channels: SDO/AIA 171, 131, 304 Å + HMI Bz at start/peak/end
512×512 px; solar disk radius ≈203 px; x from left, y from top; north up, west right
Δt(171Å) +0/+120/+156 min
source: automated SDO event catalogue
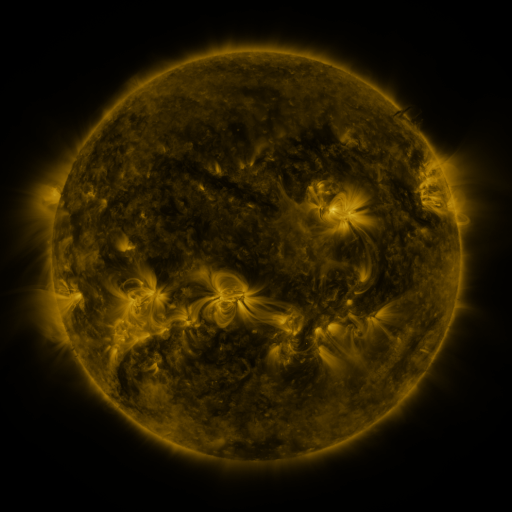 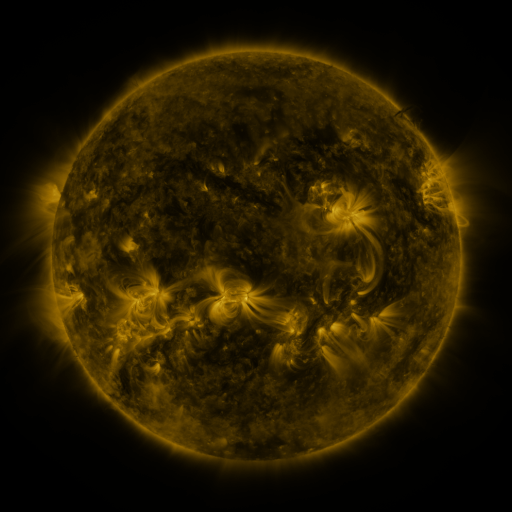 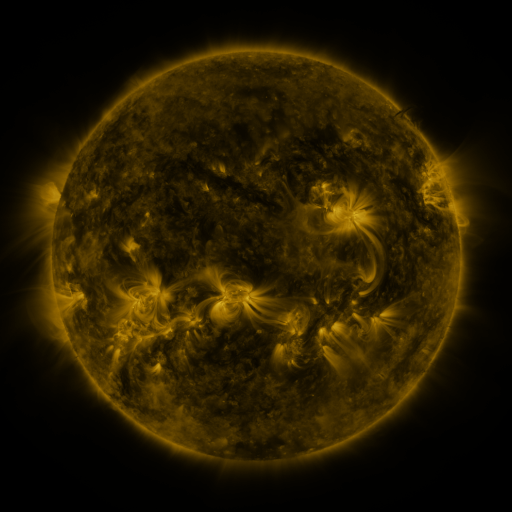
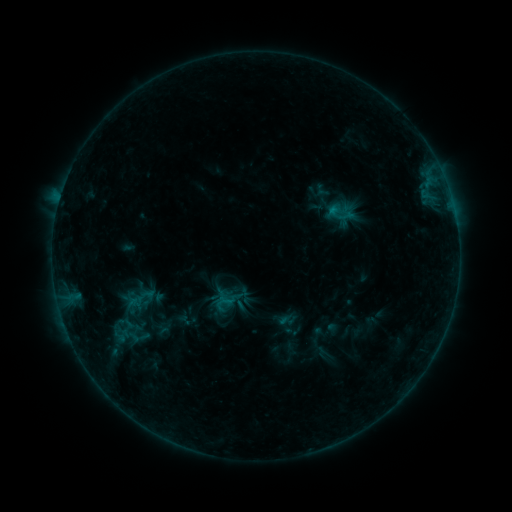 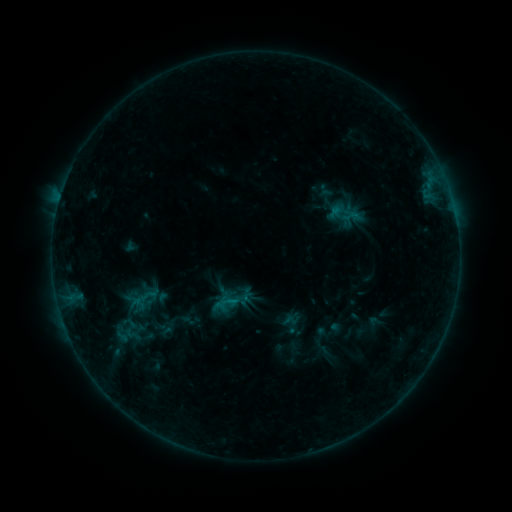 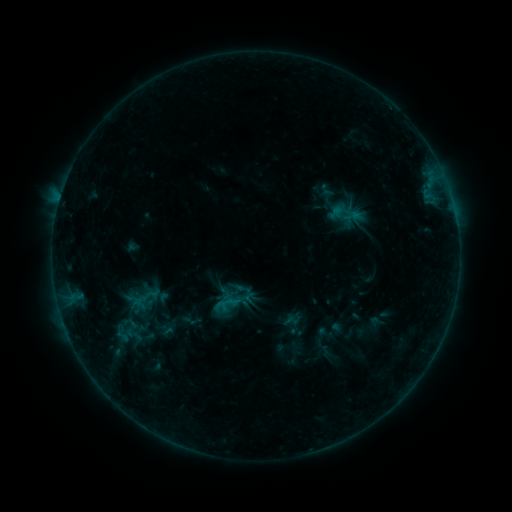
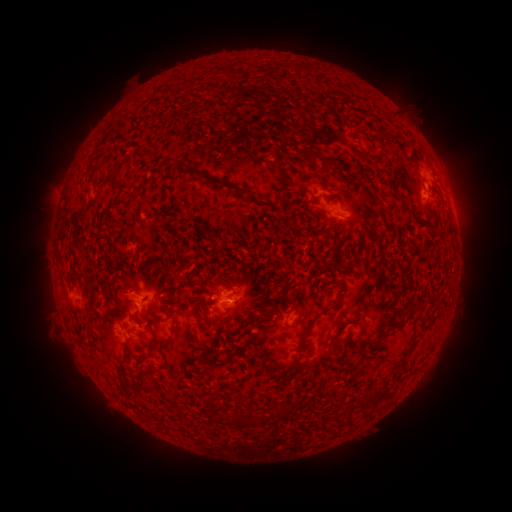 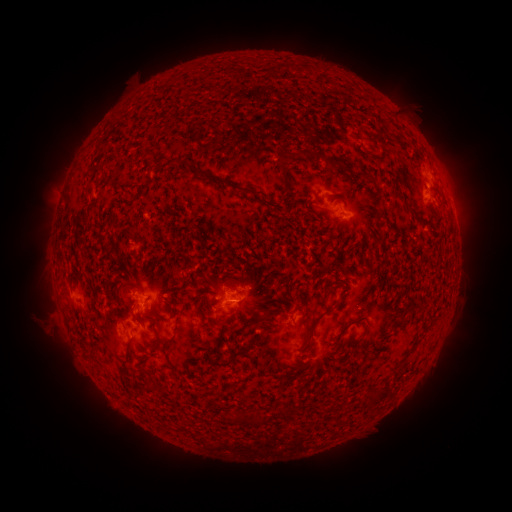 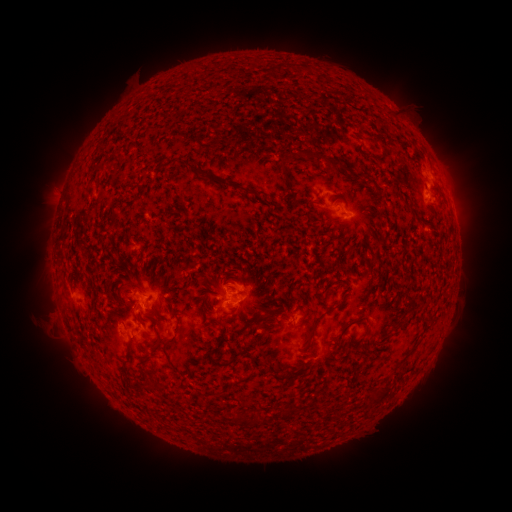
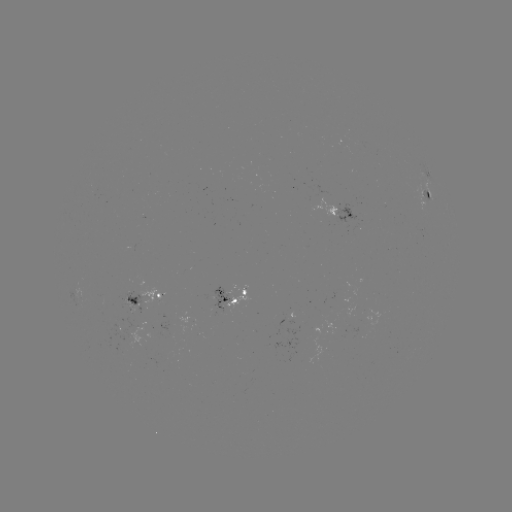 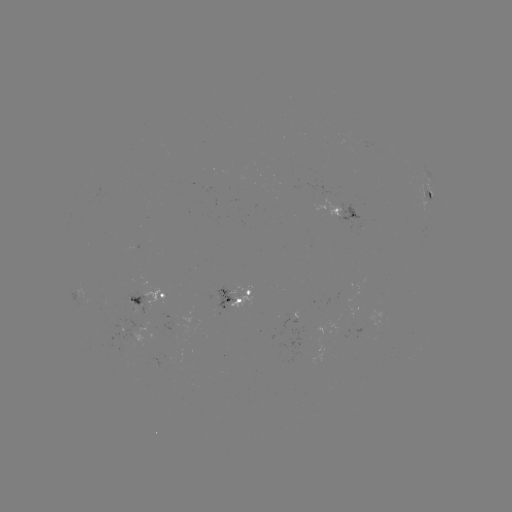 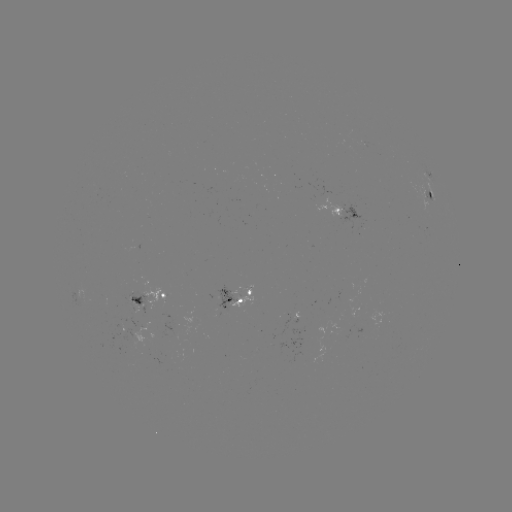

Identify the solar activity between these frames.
emerging-flux region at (120, 324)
